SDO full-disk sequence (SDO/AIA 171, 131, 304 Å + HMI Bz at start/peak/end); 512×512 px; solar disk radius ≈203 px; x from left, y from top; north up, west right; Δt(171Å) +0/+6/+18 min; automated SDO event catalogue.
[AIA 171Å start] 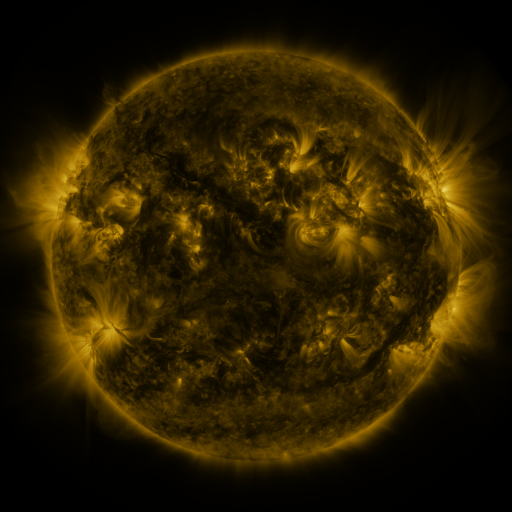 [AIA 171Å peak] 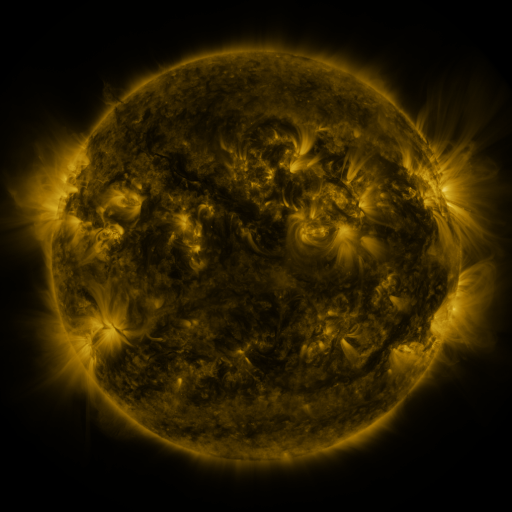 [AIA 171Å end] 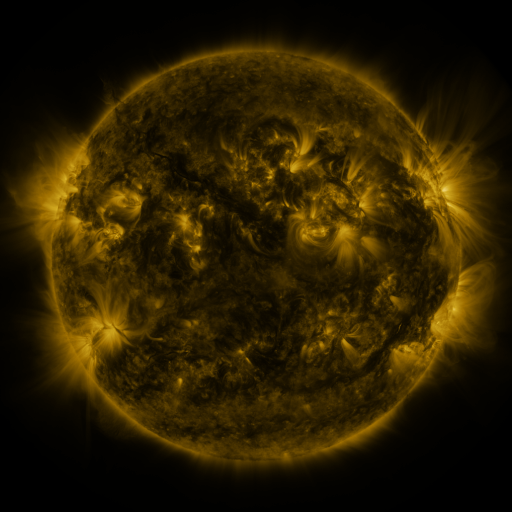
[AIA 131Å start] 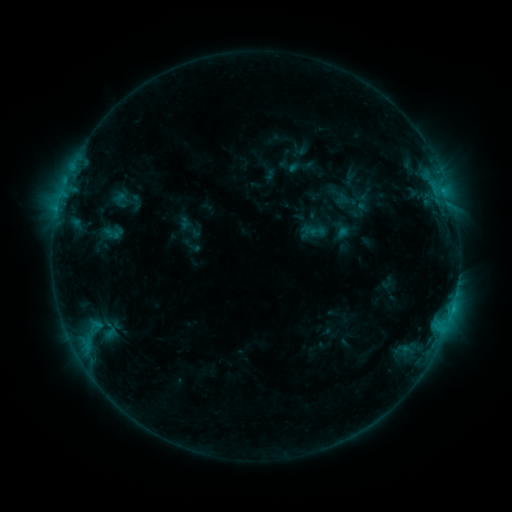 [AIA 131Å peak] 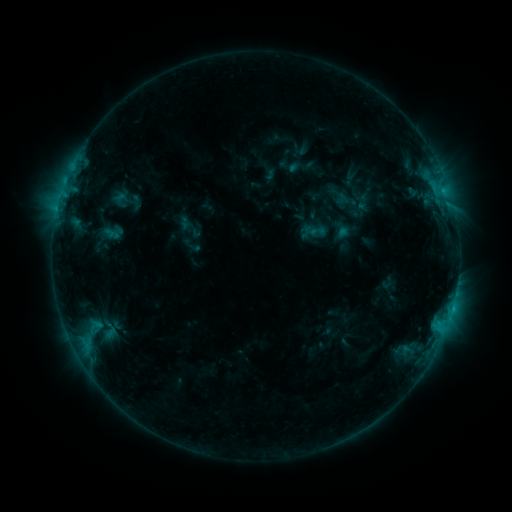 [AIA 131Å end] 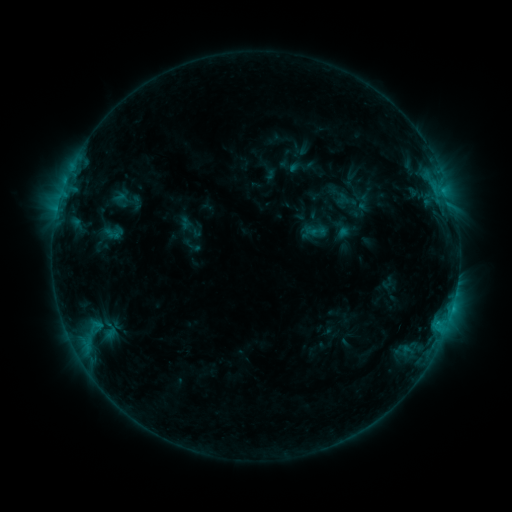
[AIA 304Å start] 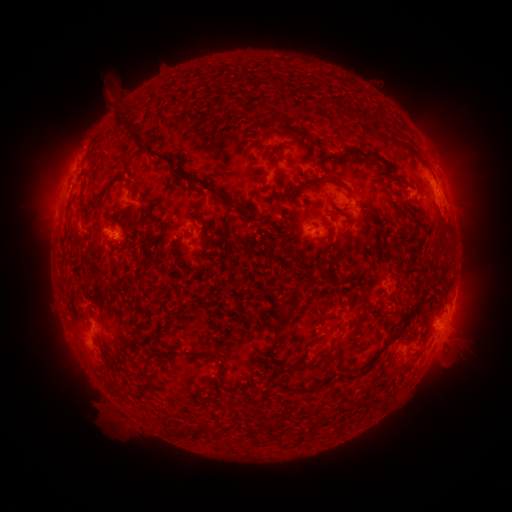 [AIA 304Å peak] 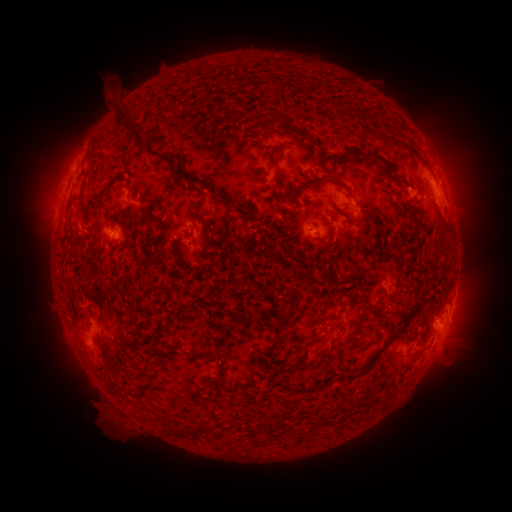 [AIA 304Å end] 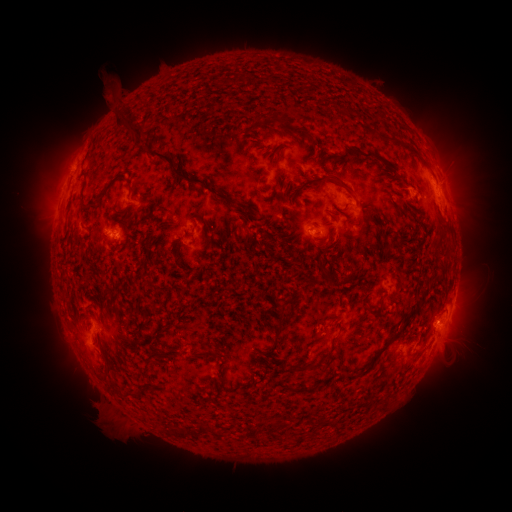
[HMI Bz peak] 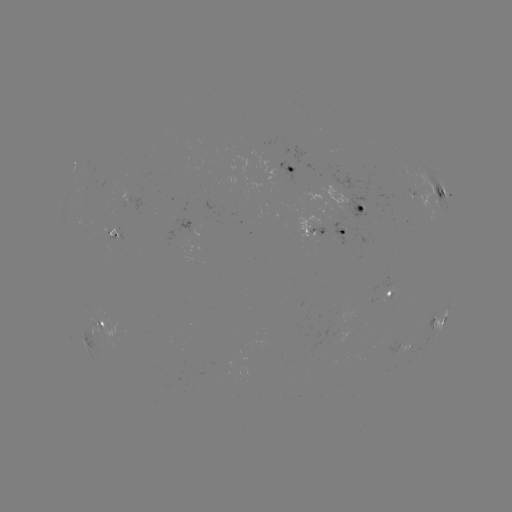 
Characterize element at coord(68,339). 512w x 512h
eruption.